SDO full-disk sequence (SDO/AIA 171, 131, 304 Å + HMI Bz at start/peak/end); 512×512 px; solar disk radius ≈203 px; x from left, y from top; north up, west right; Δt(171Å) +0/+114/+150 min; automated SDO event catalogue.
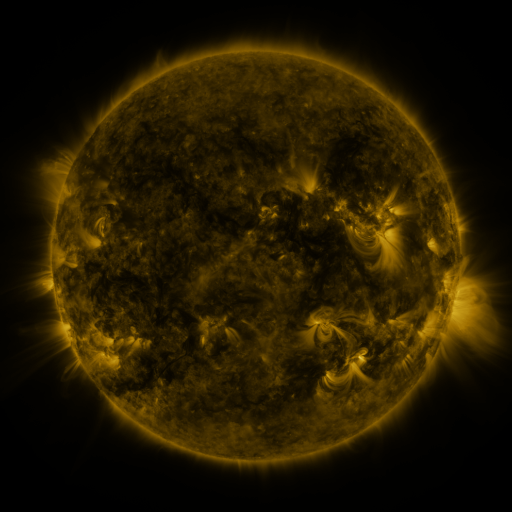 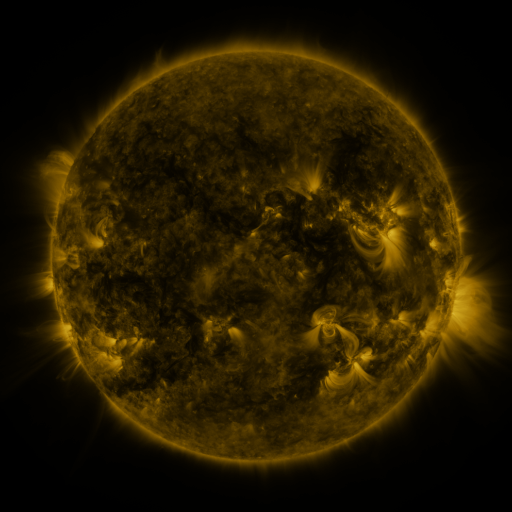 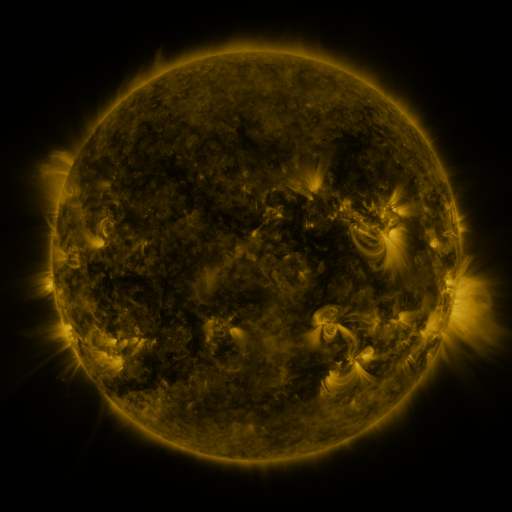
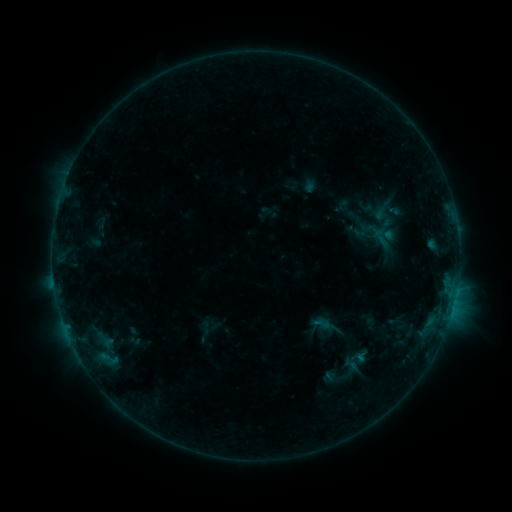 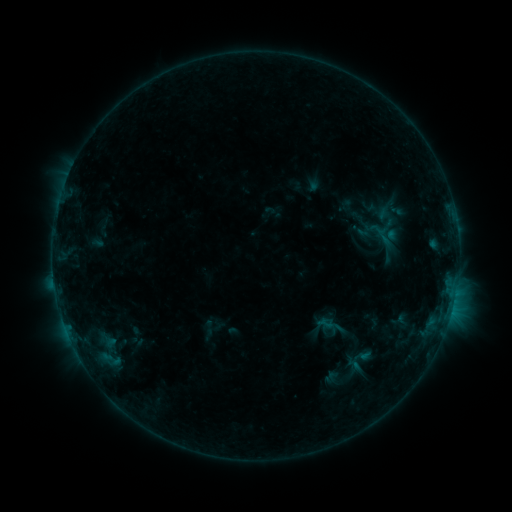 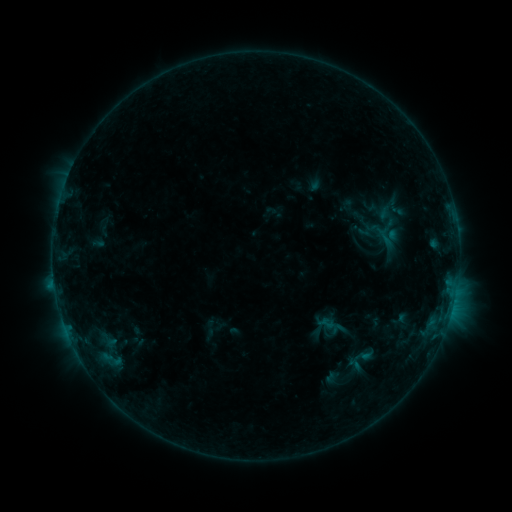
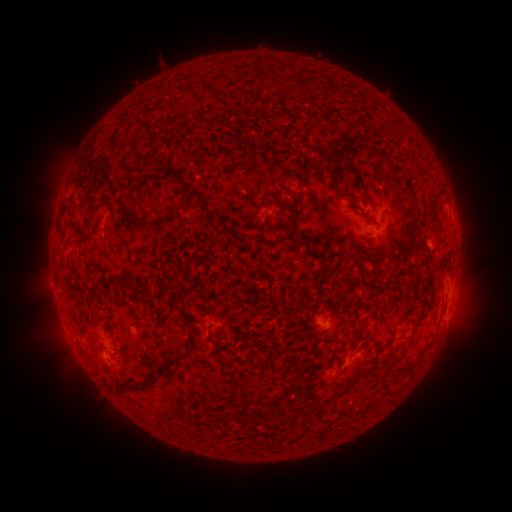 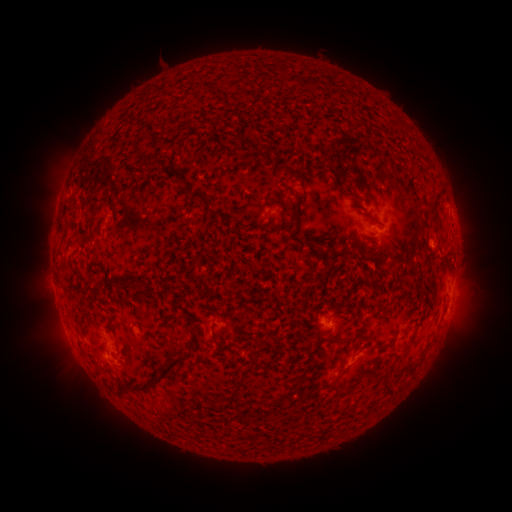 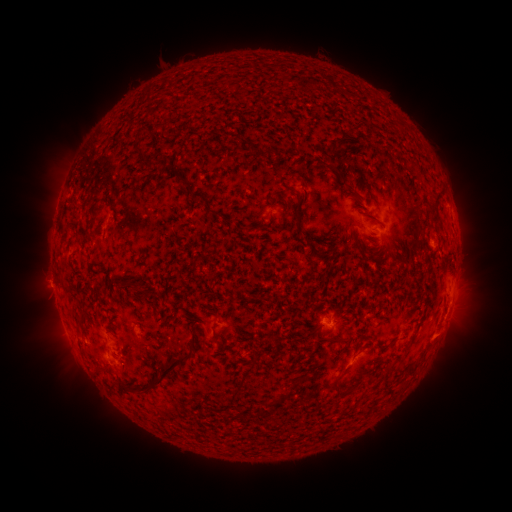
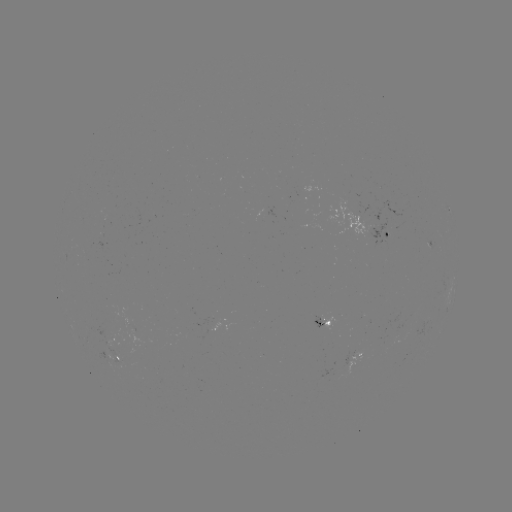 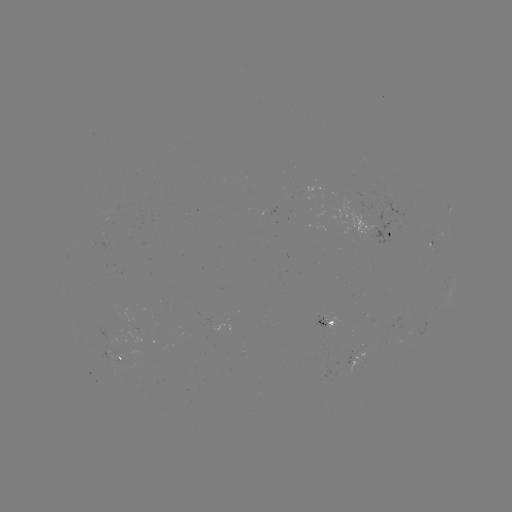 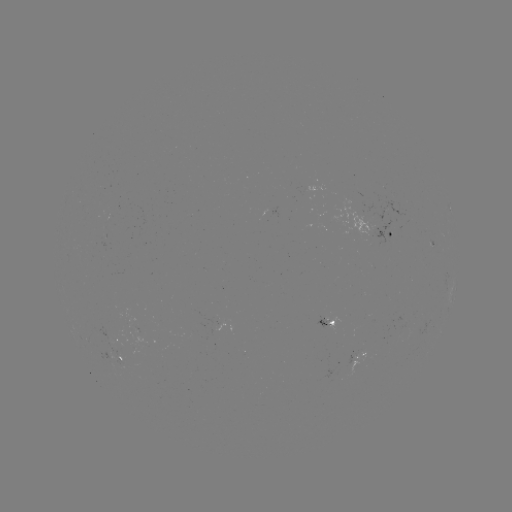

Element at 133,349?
emerging-flux region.